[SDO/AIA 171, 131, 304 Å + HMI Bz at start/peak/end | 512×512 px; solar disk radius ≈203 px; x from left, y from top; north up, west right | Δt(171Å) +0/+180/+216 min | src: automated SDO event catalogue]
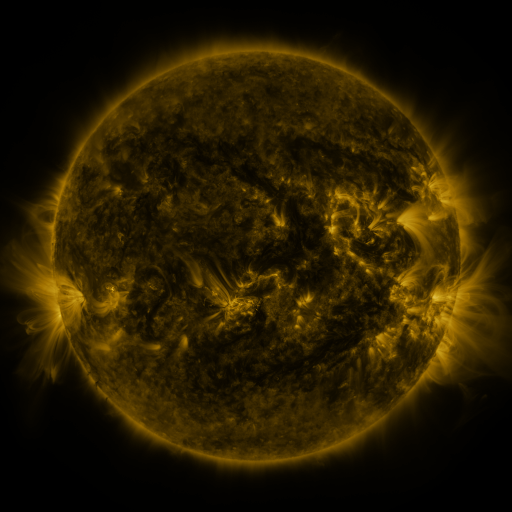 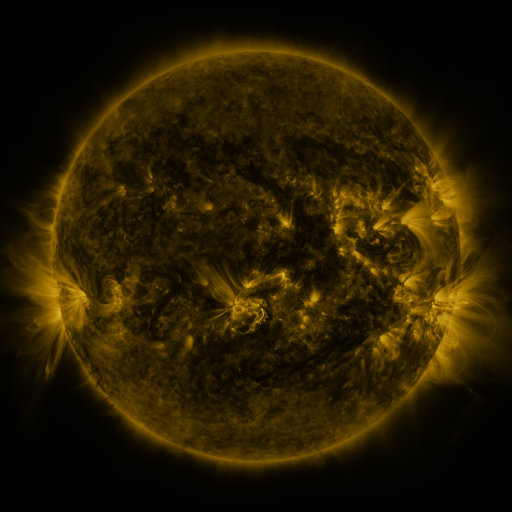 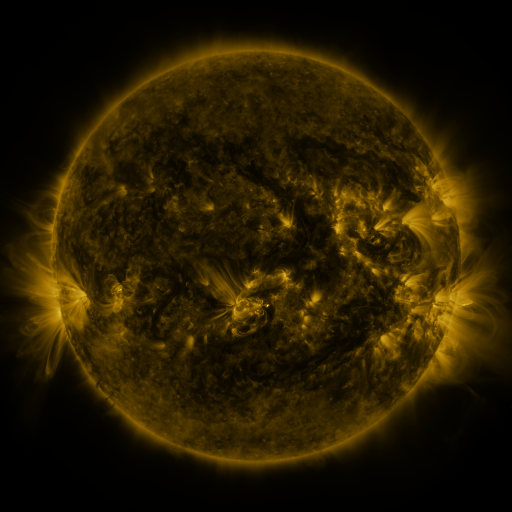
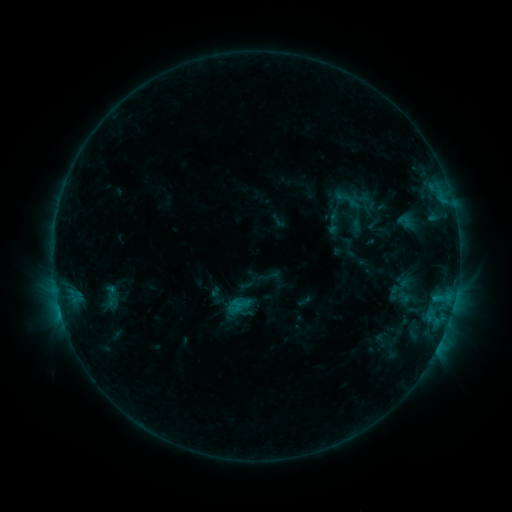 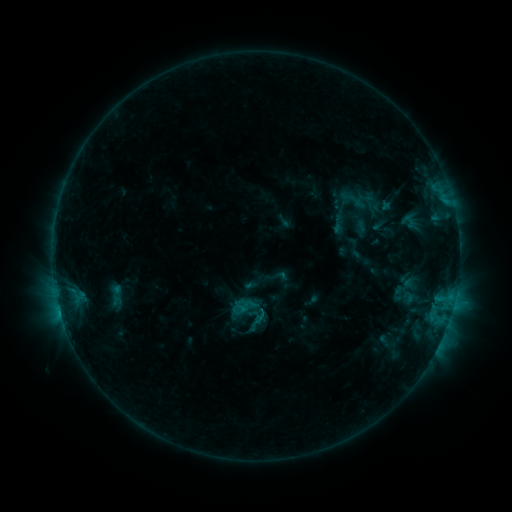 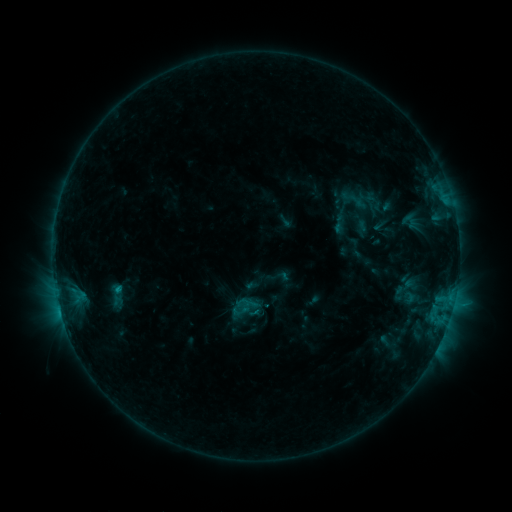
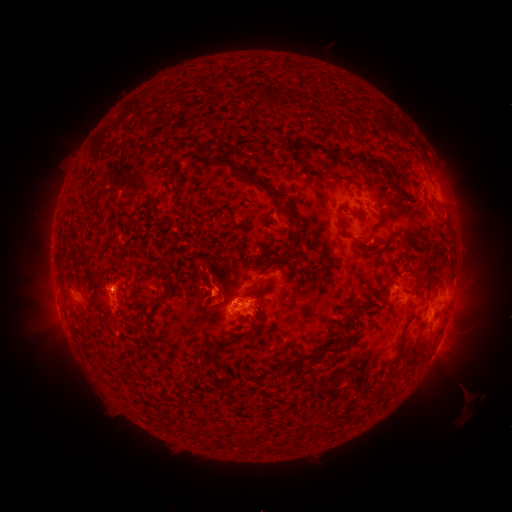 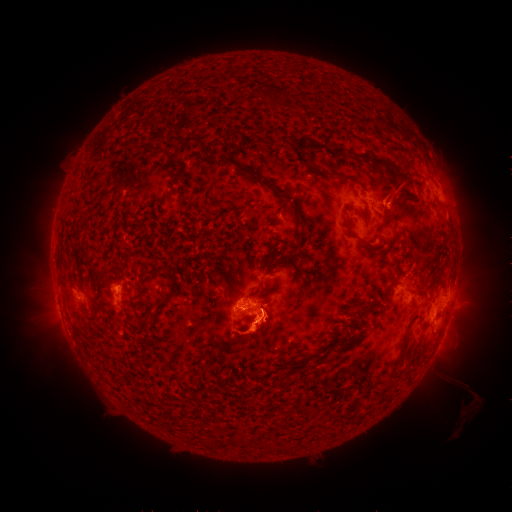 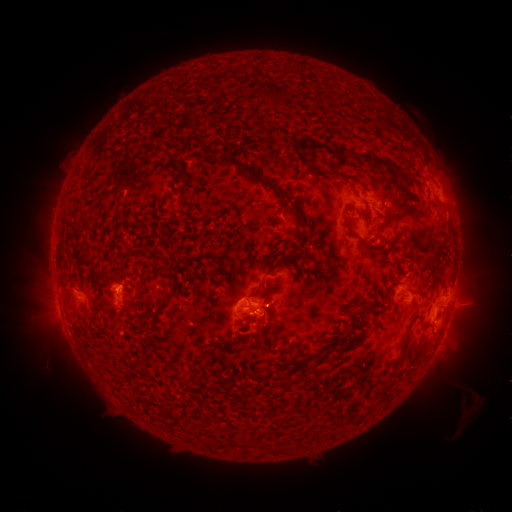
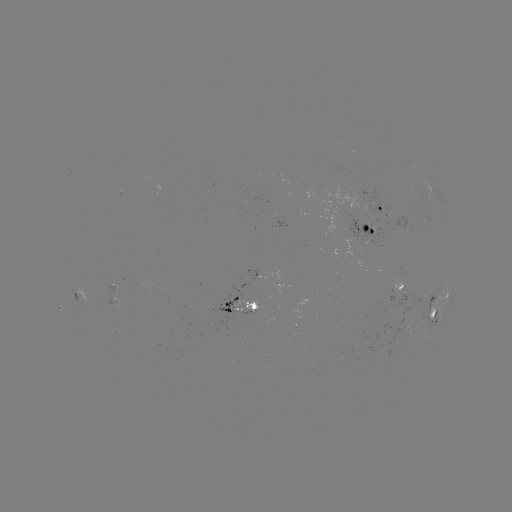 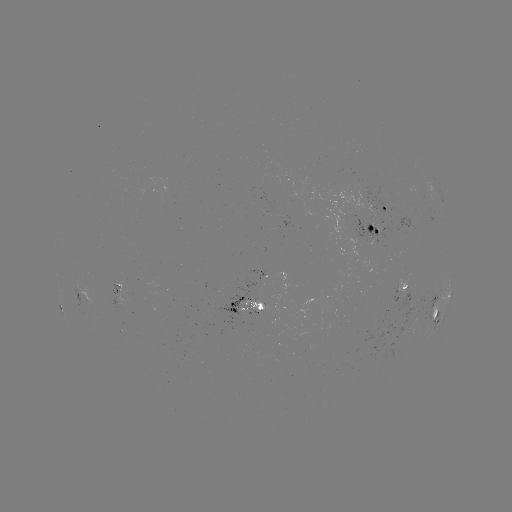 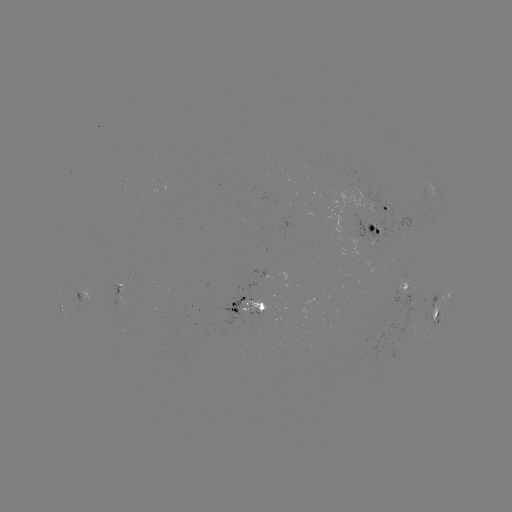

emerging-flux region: [212, 277, 271, 326]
